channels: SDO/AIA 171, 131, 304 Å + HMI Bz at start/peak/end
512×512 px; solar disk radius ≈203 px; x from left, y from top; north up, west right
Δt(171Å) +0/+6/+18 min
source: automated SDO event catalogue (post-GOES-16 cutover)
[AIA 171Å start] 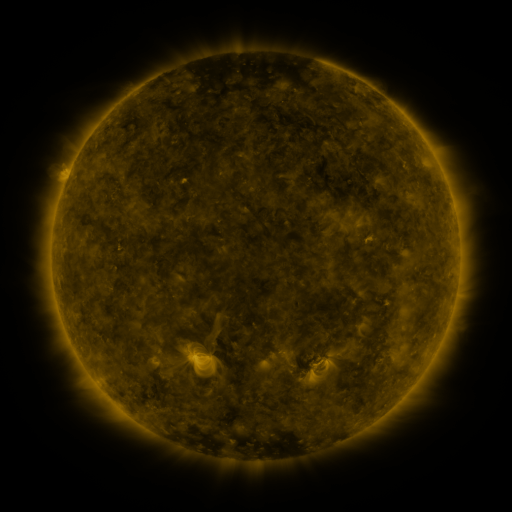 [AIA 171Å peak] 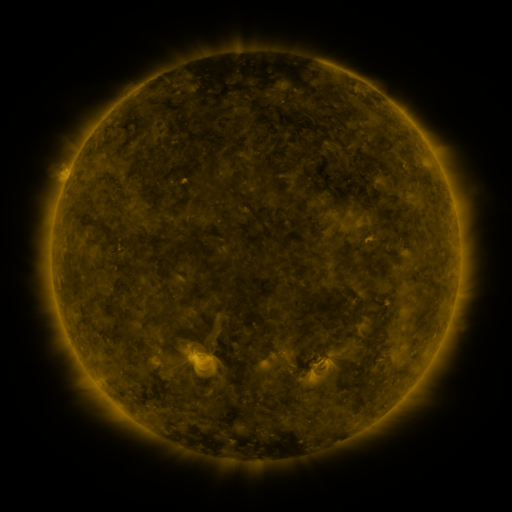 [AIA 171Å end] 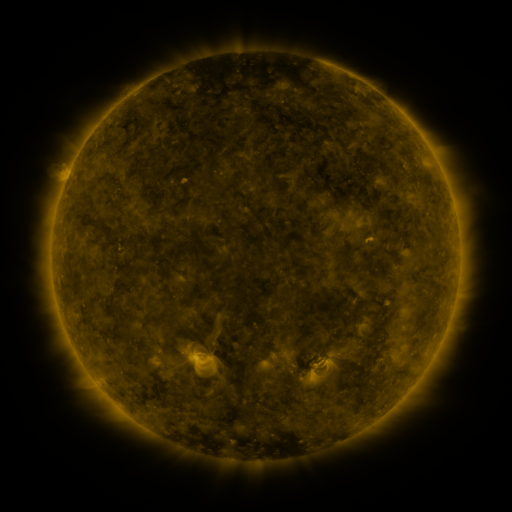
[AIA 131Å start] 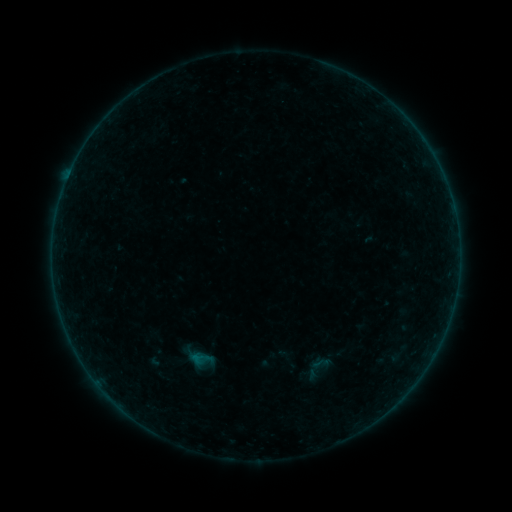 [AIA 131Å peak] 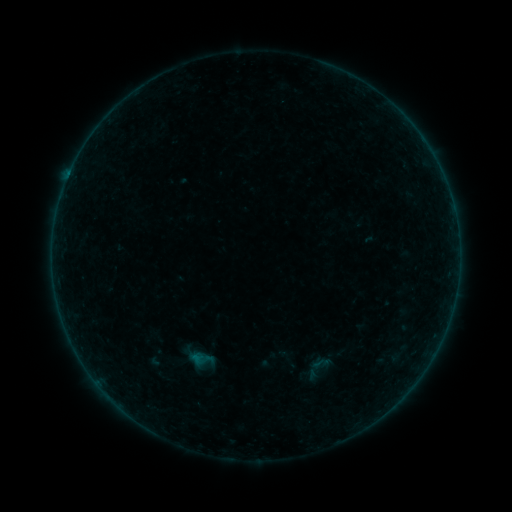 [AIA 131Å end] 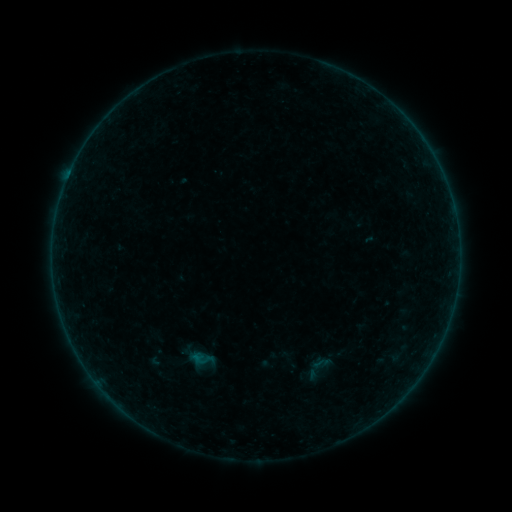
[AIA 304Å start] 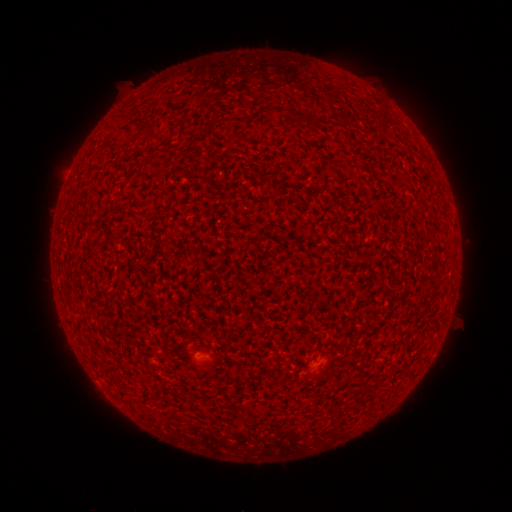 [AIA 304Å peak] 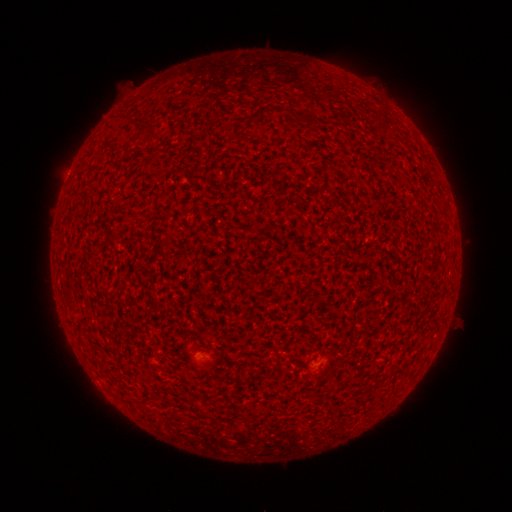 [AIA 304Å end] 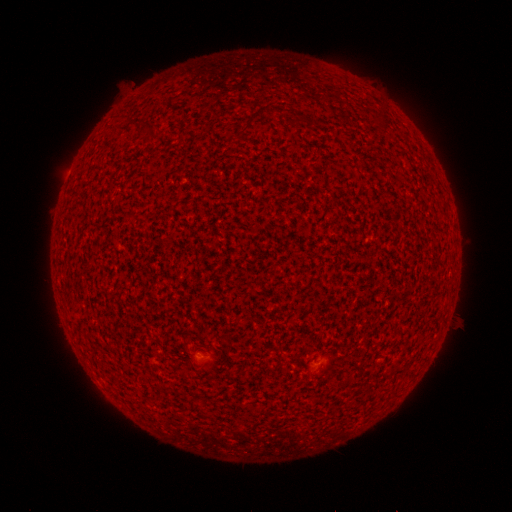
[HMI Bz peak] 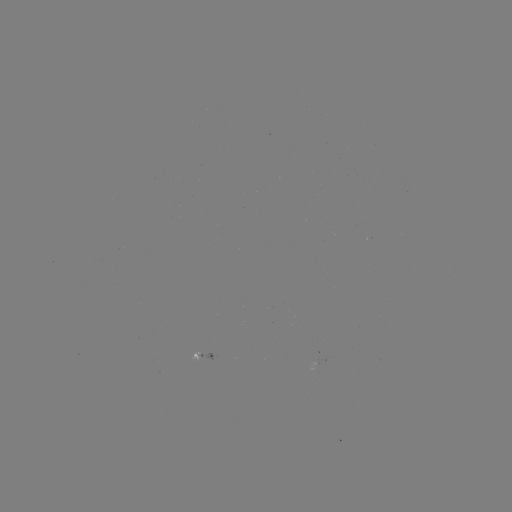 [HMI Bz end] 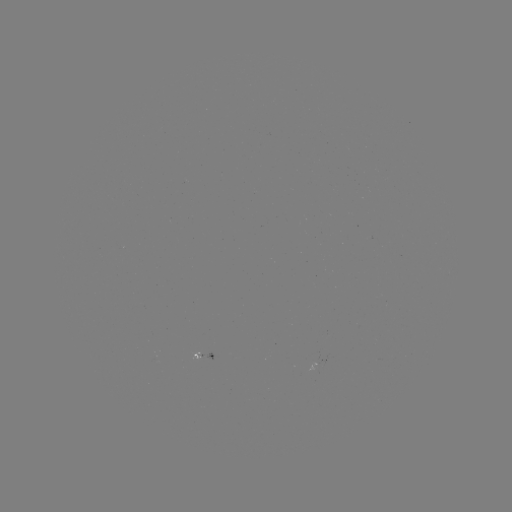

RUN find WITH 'A8.0 flare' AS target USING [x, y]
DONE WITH [69, 178] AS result